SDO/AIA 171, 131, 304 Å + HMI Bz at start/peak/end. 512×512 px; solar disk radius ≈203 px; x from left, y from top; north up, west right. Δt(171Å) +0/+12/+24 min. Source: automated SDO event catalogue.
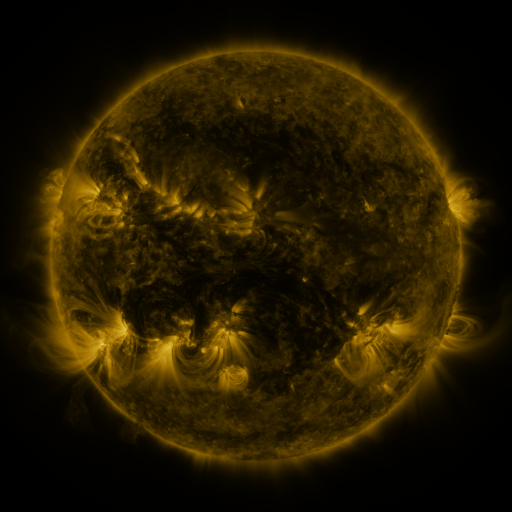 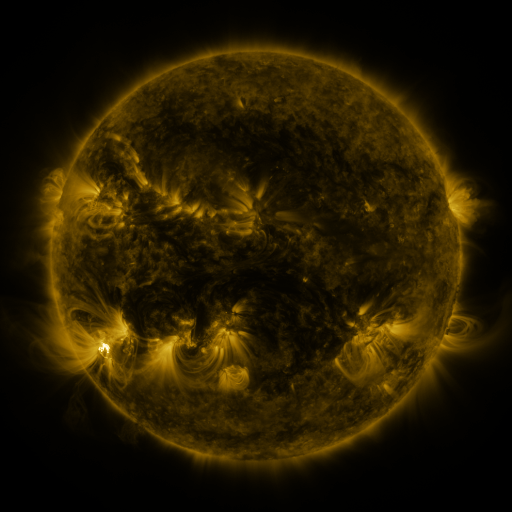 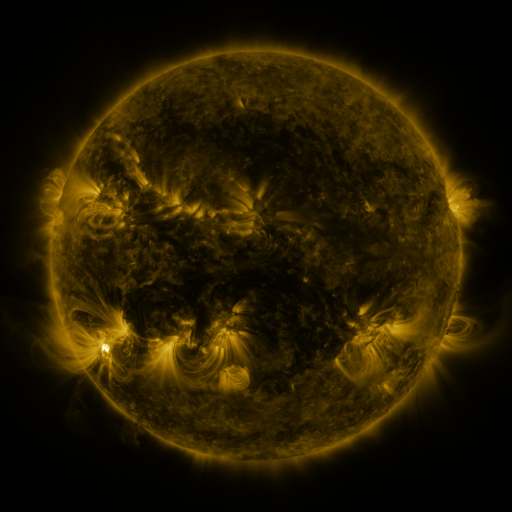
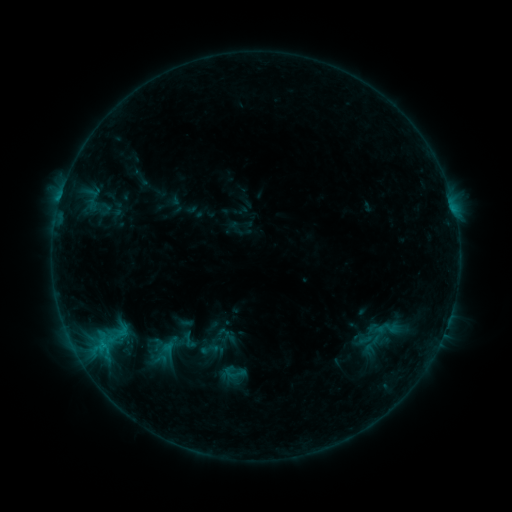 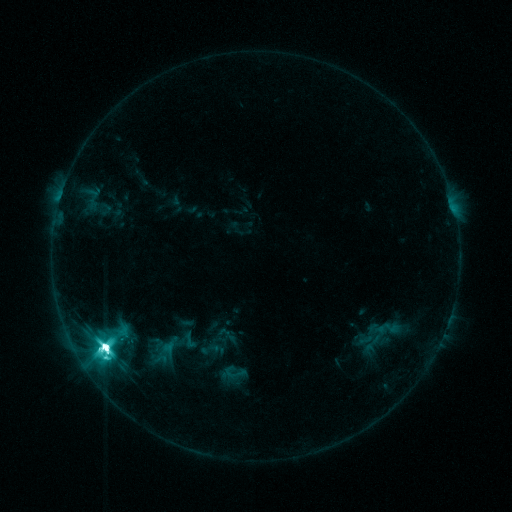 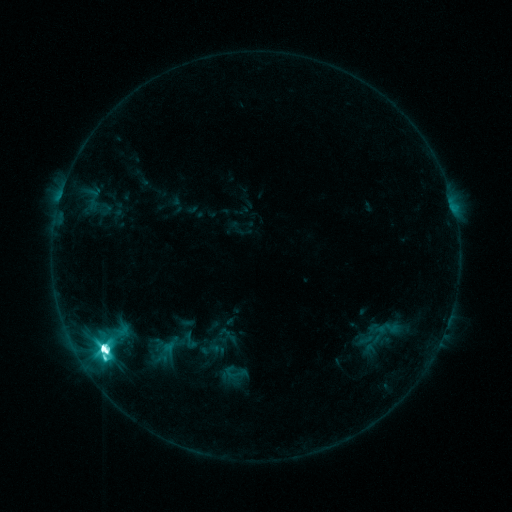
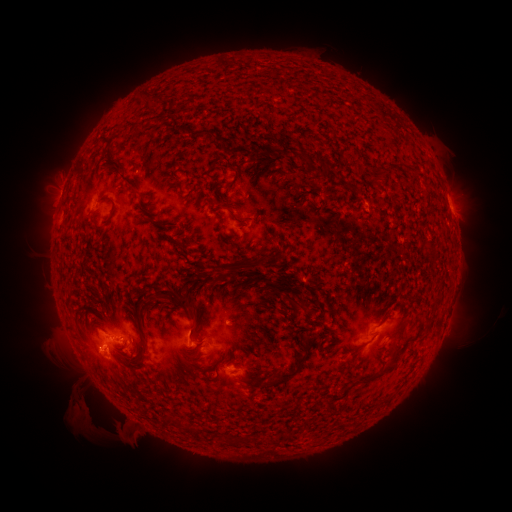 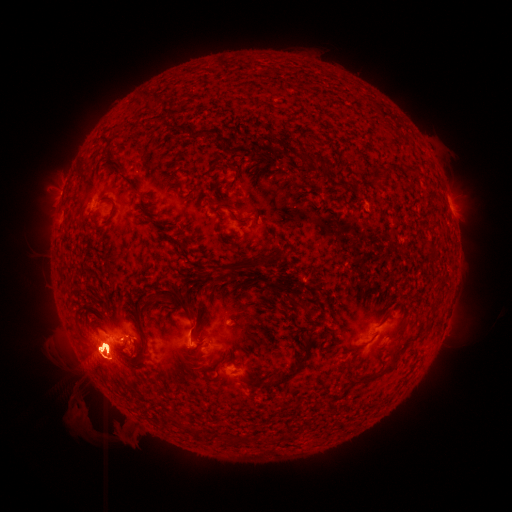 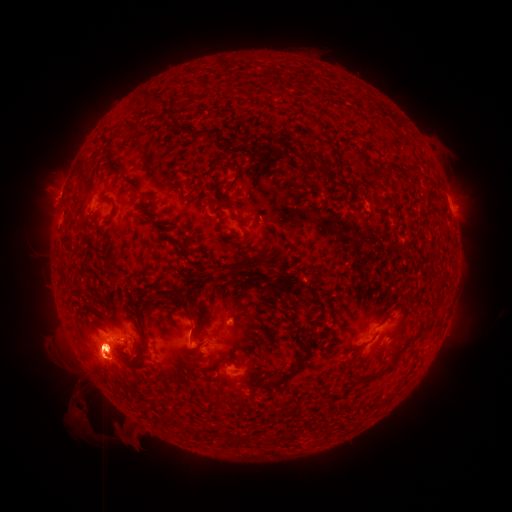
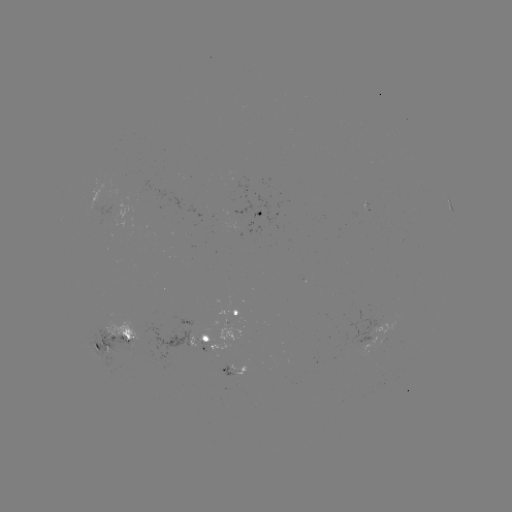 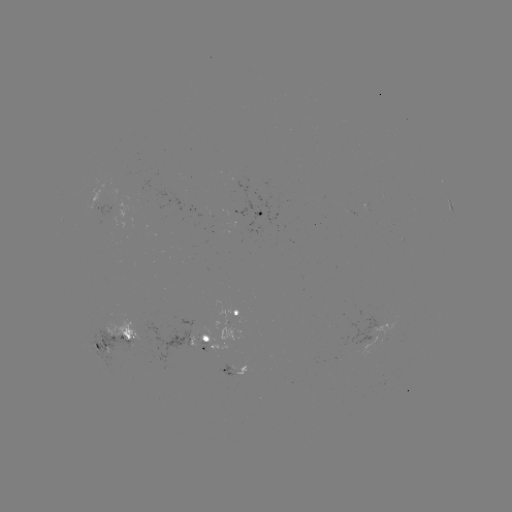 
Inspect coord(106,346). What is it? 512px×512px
M6.1 flare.